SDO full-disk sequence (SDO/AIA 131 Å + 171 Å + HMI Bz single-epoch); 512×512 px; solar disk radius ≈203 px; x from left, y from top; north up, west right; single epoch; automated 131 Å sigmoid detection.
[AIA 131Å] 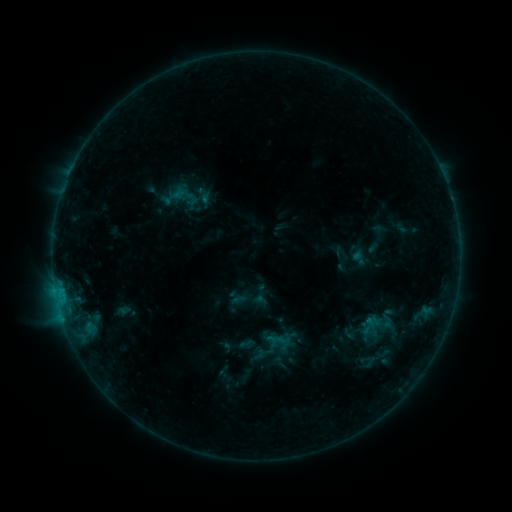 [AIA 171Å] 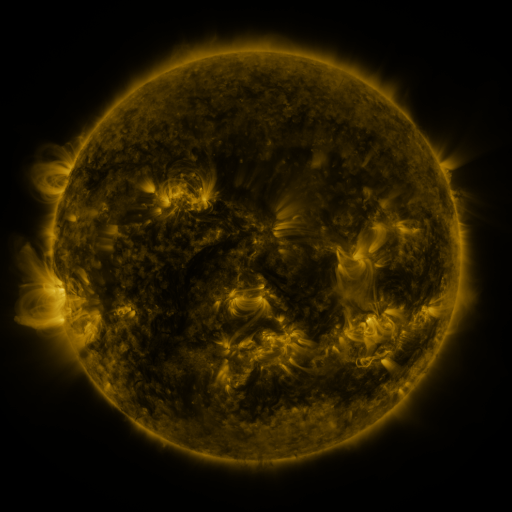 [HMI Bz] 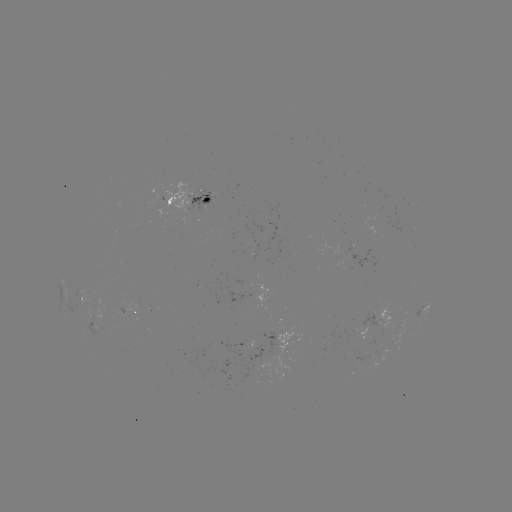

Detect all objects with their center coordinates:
sigmoid: [359, 305, 395, 342]
